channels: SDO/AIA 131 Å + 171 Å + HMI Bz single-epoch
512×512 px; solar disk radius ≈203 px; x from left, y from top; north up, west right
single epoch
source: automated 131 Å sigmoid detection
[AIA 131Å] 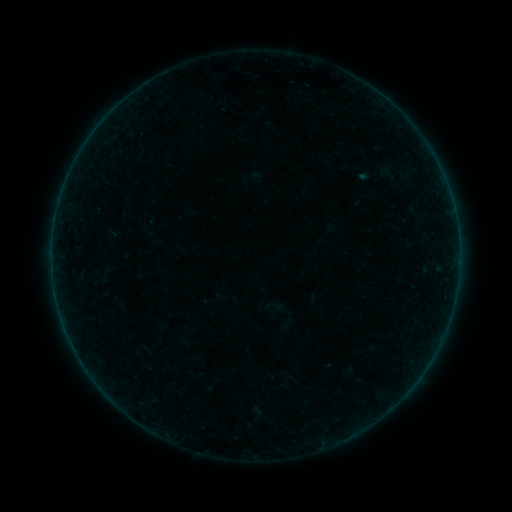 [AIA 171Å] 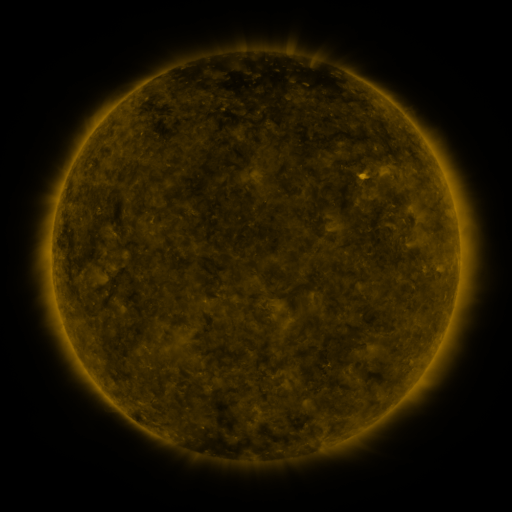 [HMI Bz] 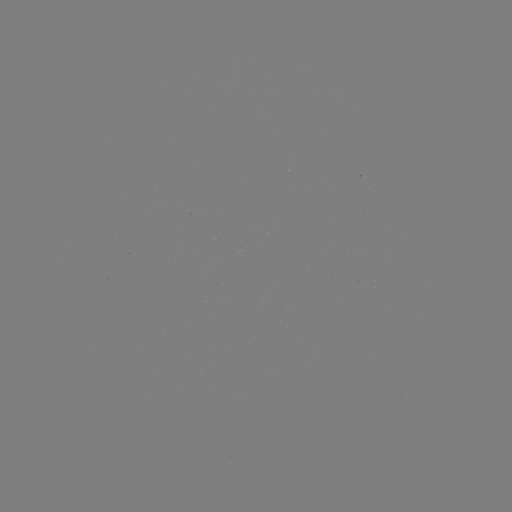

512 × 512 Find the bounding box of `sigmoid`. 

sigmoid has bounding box [371, 163, 404, 183].